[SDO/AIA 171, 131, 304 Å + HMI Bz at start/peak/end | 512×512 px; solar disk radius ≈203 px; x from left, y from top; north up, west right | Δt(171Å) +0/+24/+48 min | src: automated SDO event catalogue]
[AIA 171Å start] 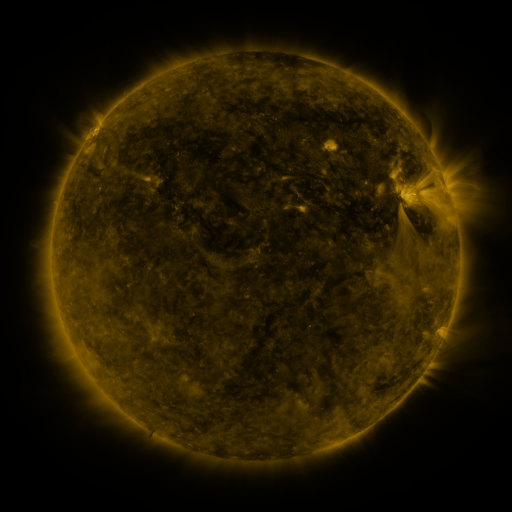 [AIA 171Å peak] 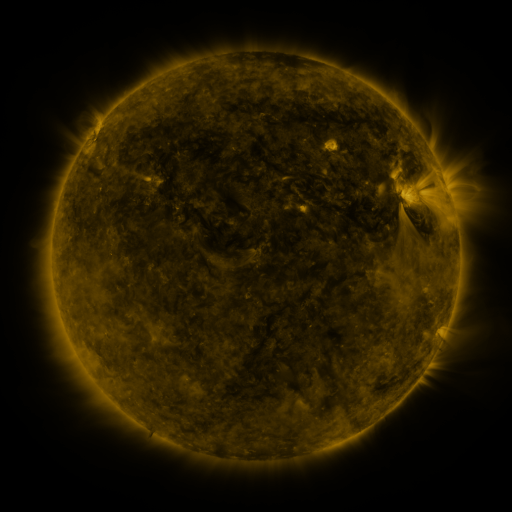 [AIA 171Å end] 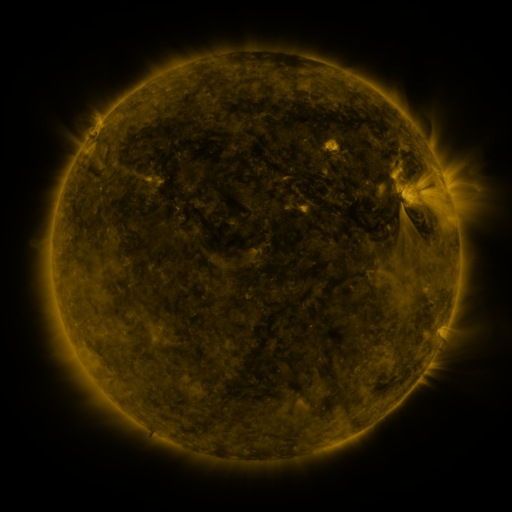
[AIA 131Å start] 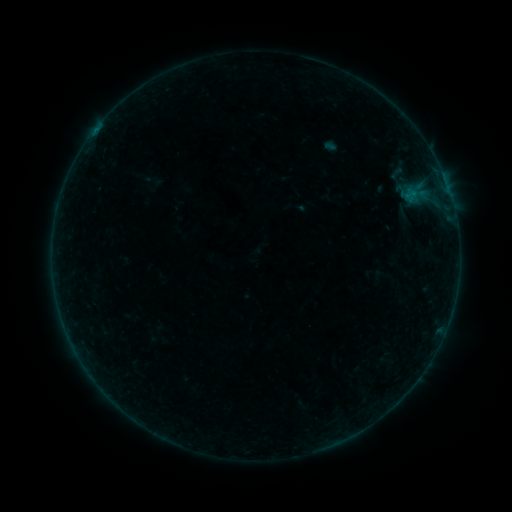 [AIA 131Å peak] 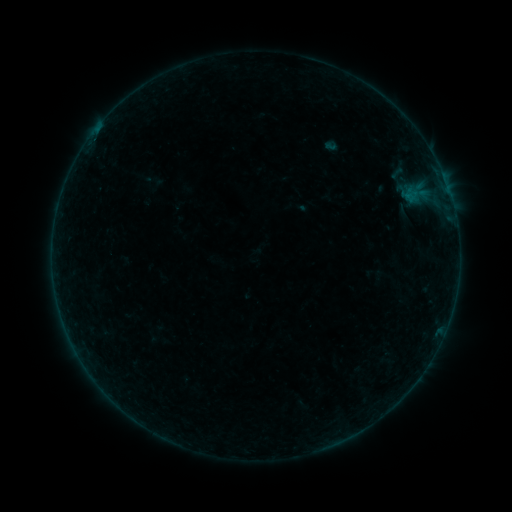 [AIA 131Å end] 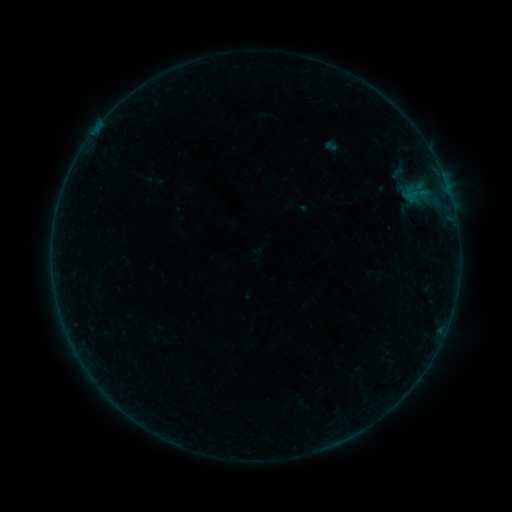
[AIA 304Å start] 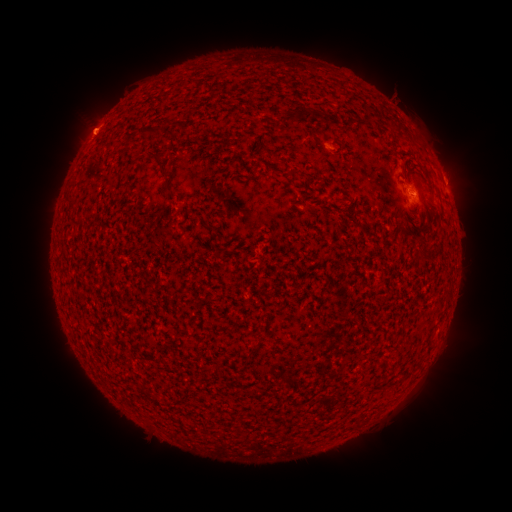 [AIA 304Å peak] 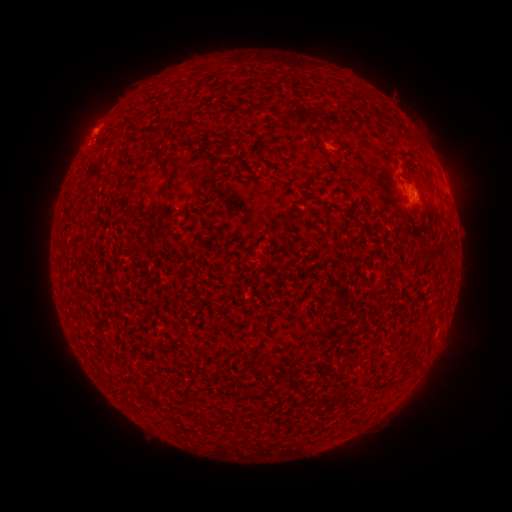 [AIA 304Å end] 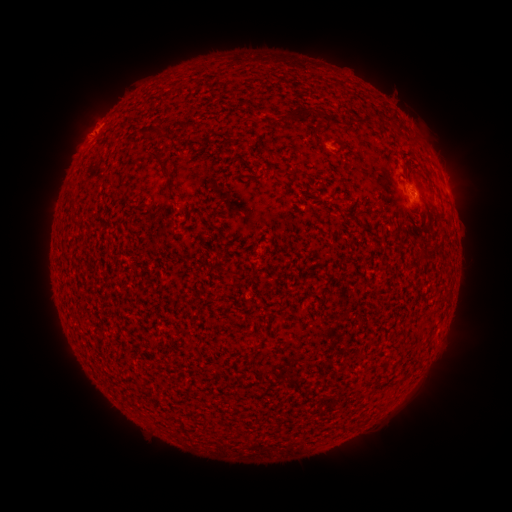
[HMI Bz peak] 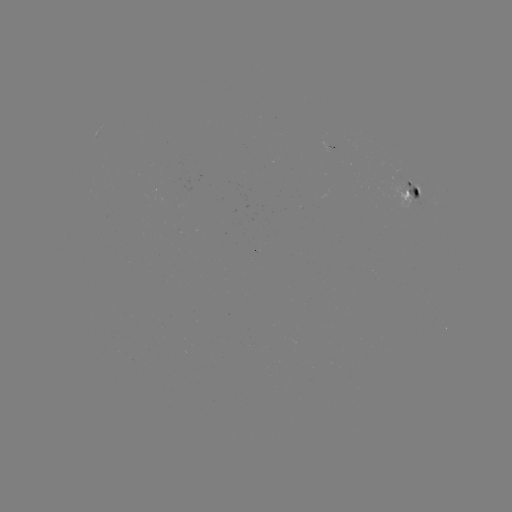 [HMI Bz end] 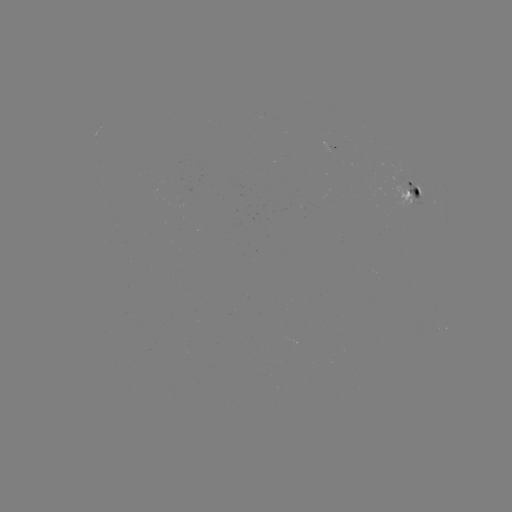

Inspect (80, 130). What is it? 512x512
eruption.